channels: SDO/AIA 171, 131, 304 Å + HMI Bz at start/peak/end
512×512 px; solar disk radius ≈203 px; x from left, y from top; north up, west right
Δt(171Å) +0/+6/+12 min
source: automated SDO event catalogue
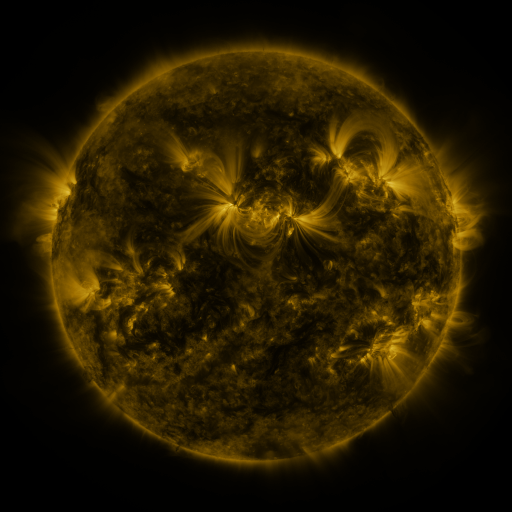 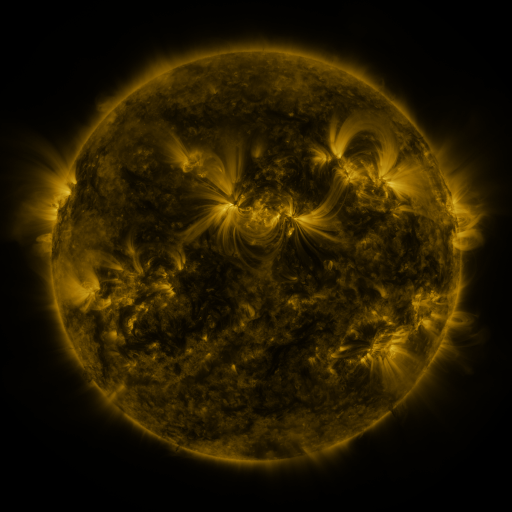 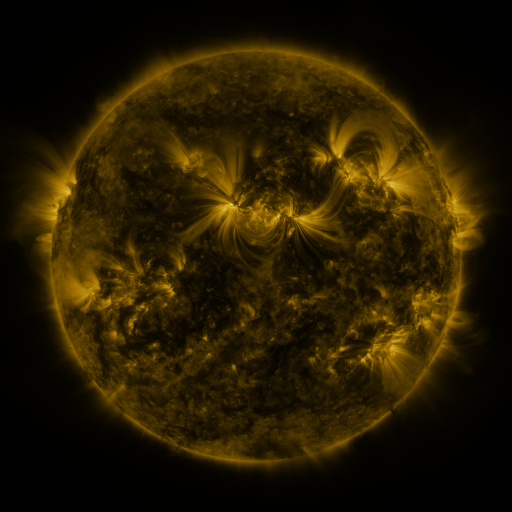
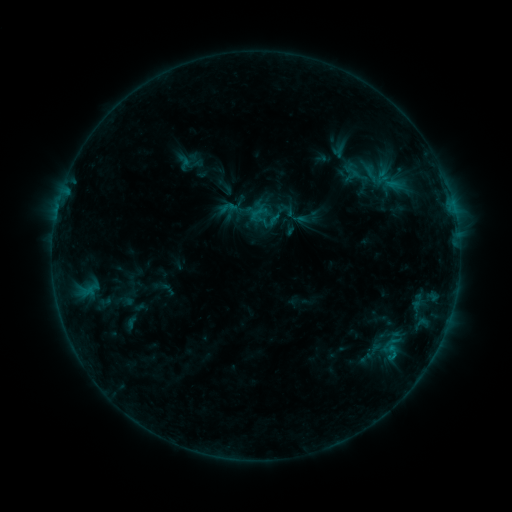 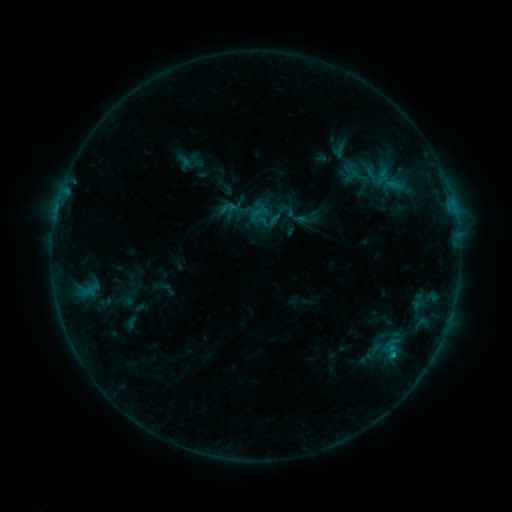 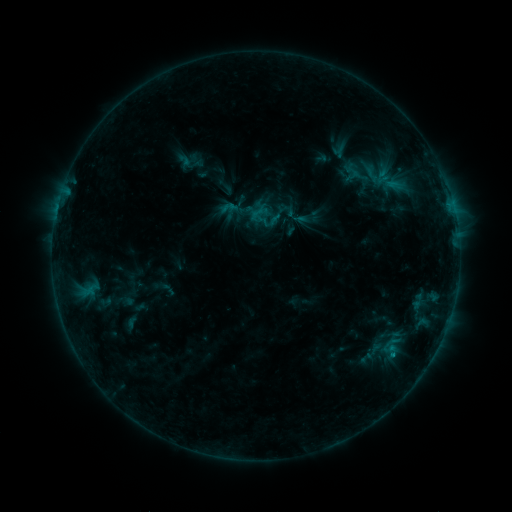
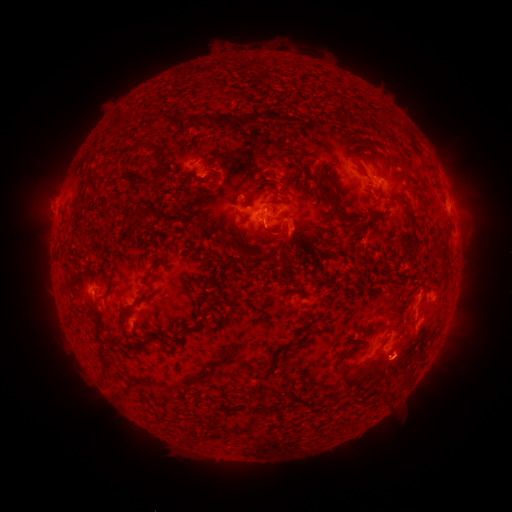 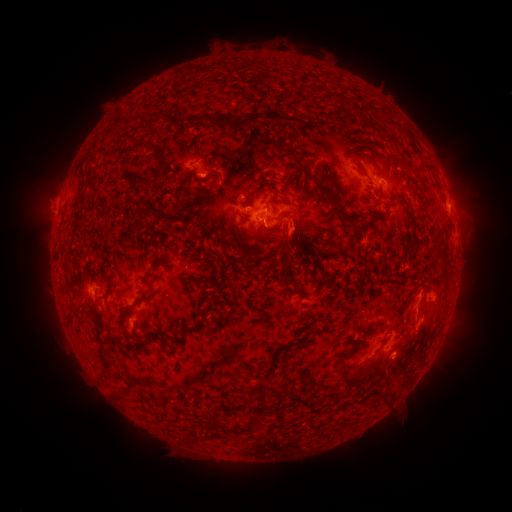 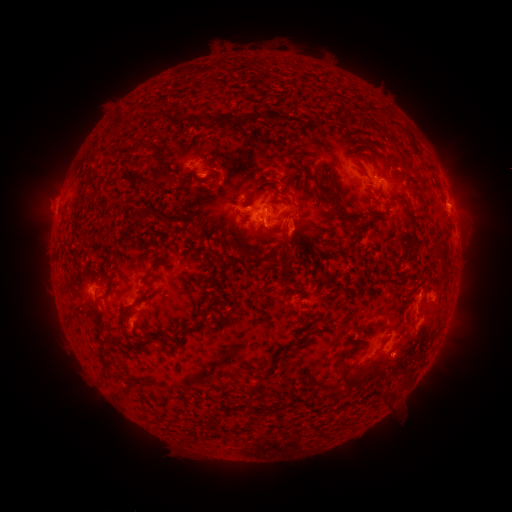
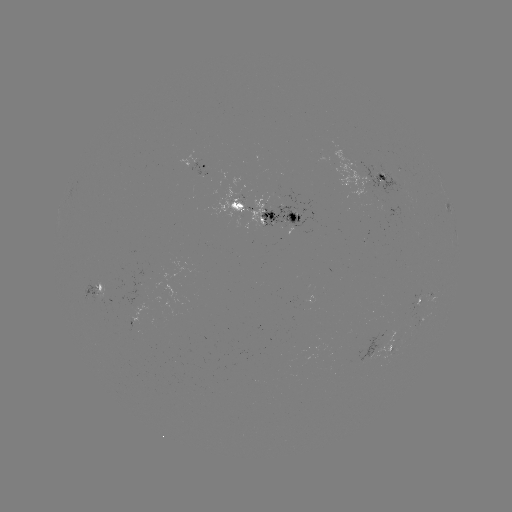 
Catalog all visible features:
B8.0 flare: (393, 352)
